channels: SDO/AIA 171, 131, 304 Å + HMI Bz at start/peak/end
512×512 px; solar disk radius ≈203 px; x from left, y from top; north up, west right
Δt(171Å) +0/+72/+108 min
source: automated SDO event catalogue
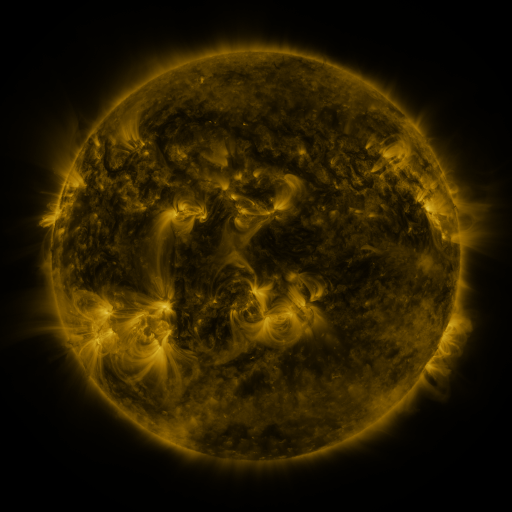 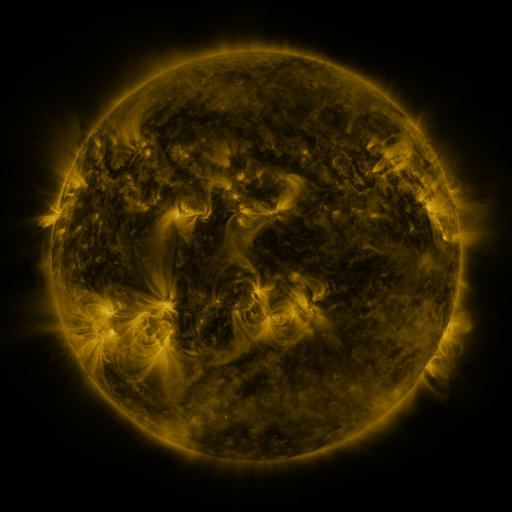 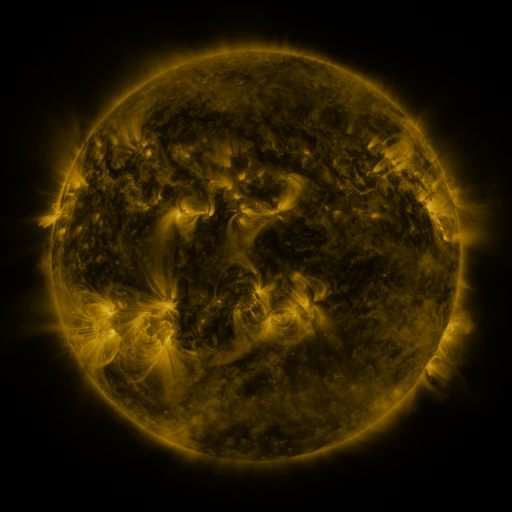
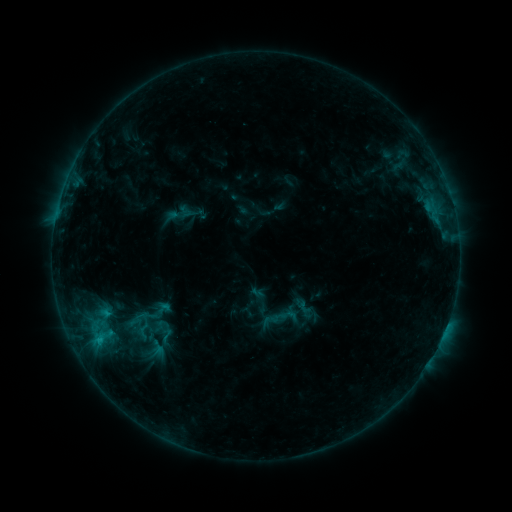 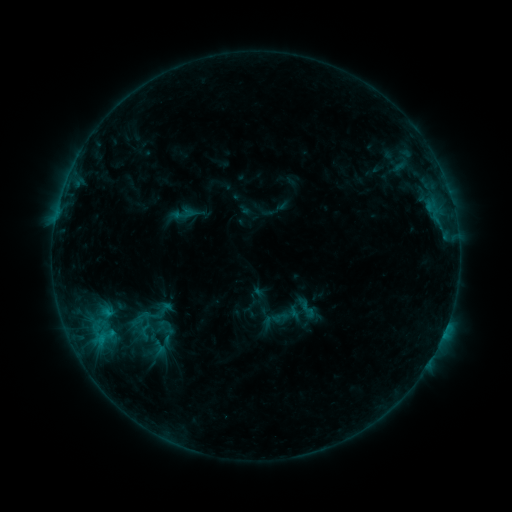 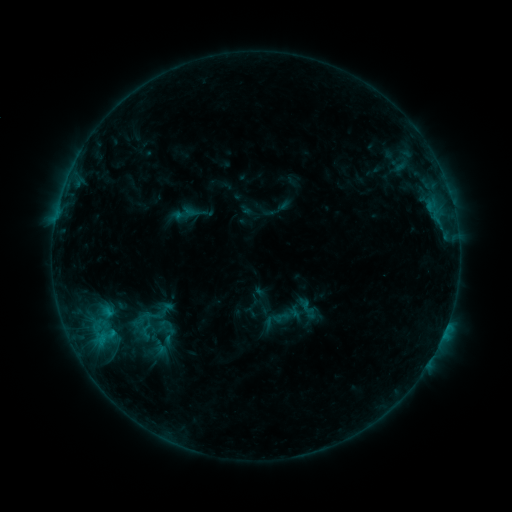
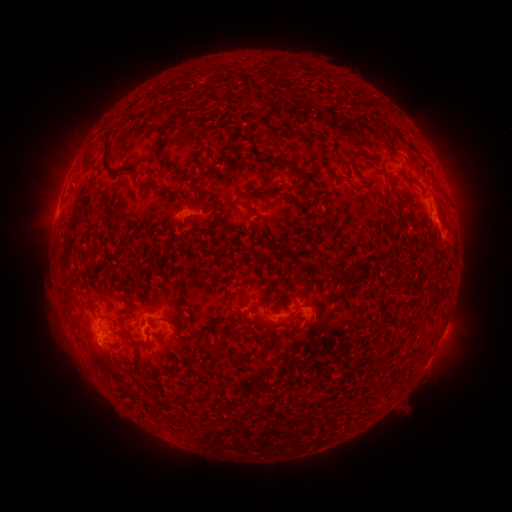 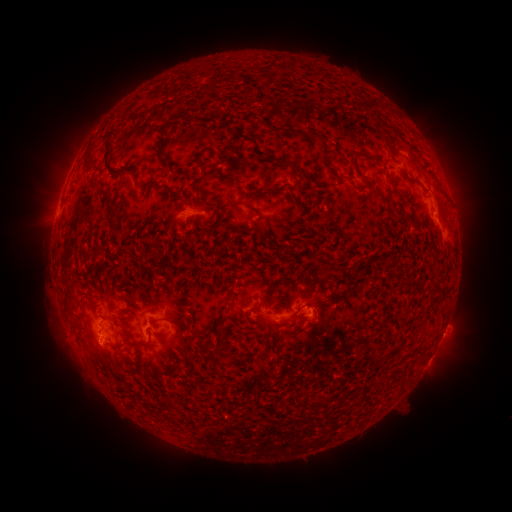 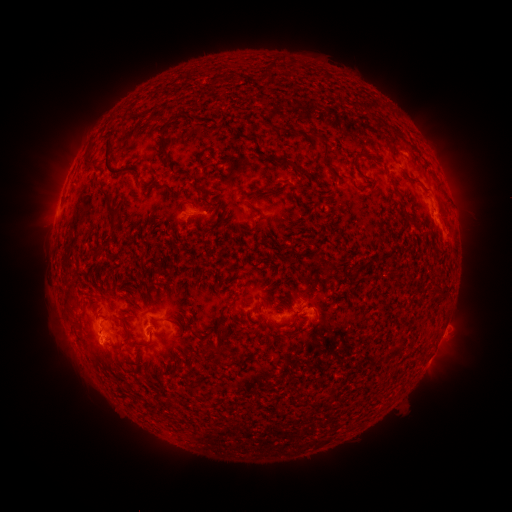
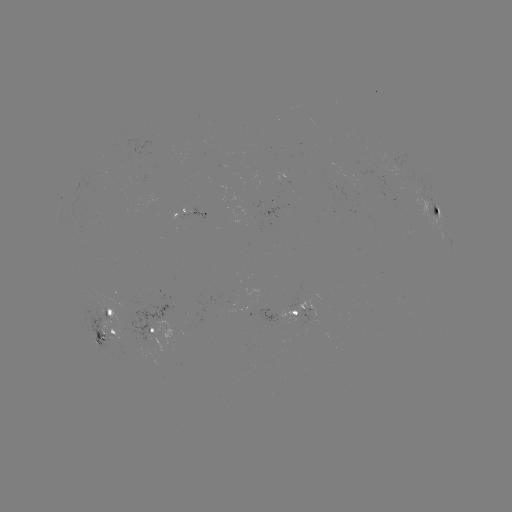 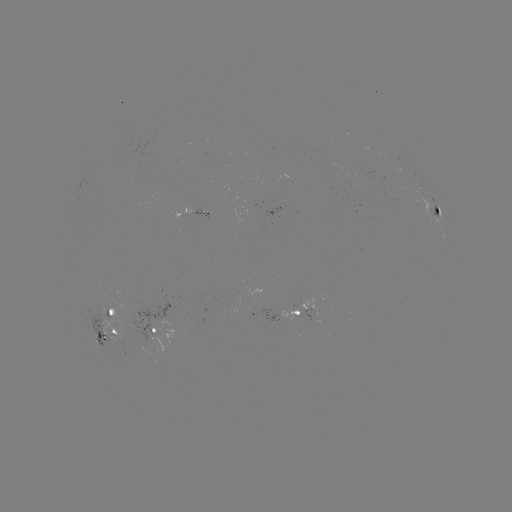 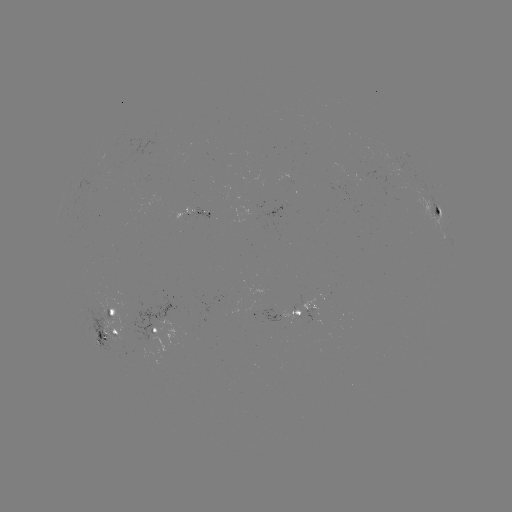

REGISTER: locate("emerging-flux region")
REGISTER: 265,313